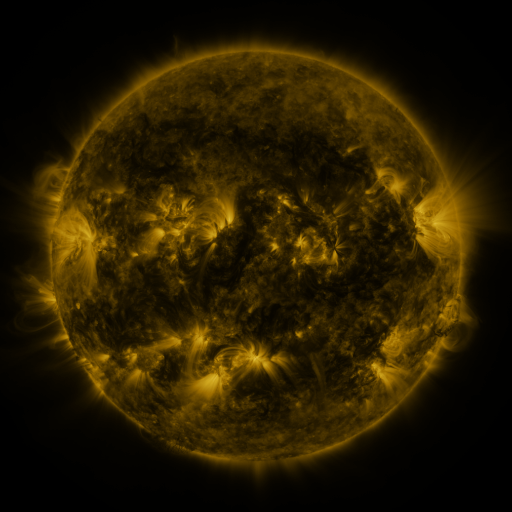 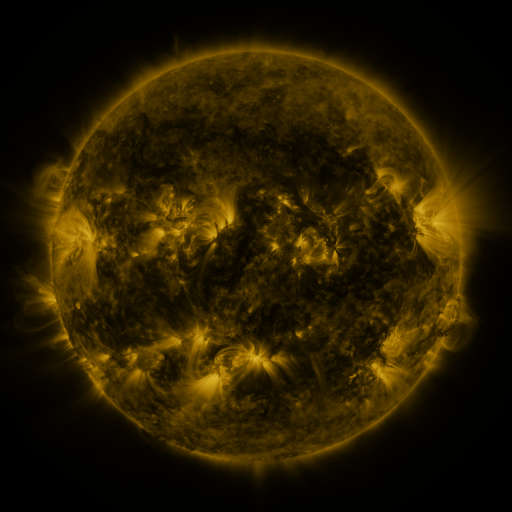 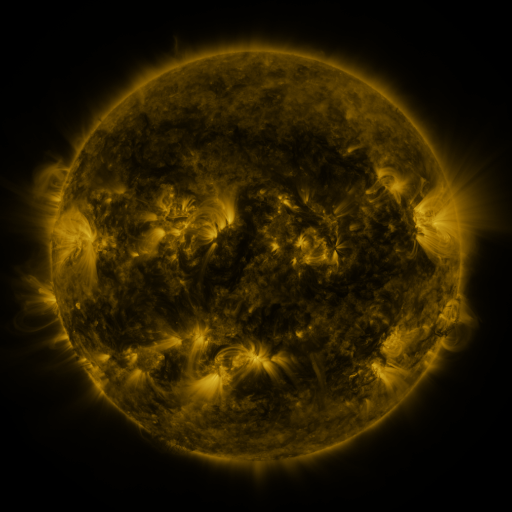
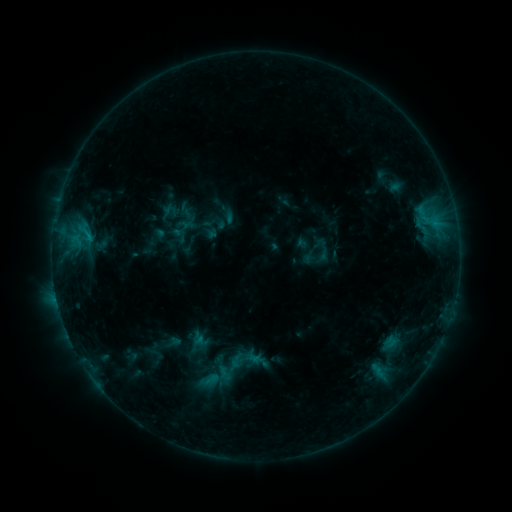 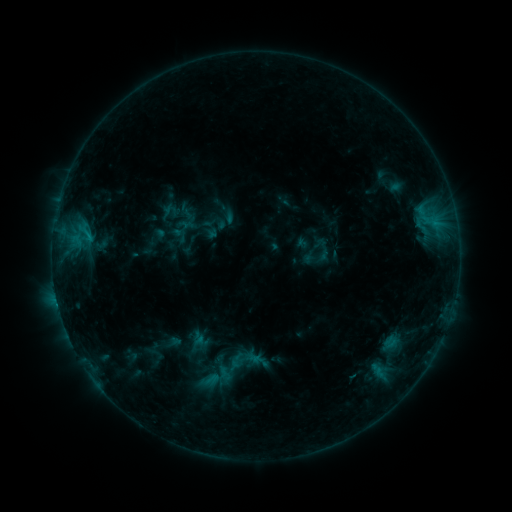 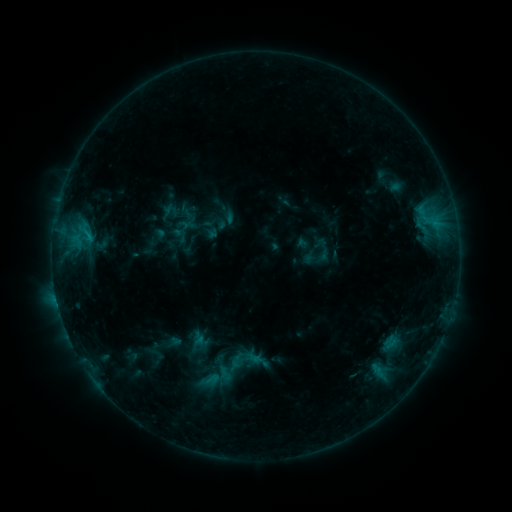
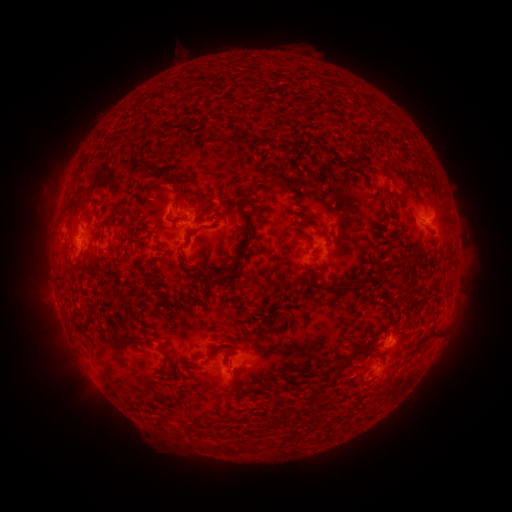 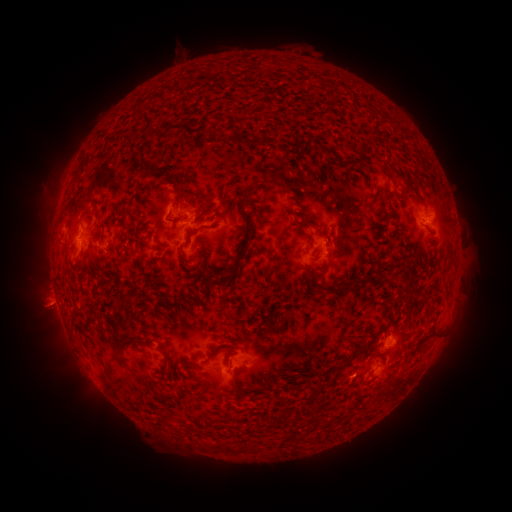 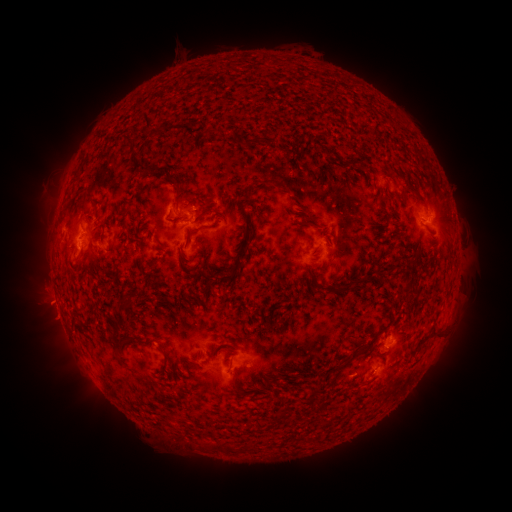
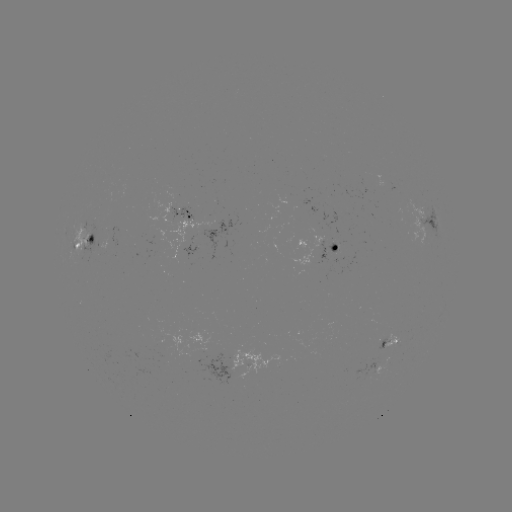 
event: eruption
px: (45, 302)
